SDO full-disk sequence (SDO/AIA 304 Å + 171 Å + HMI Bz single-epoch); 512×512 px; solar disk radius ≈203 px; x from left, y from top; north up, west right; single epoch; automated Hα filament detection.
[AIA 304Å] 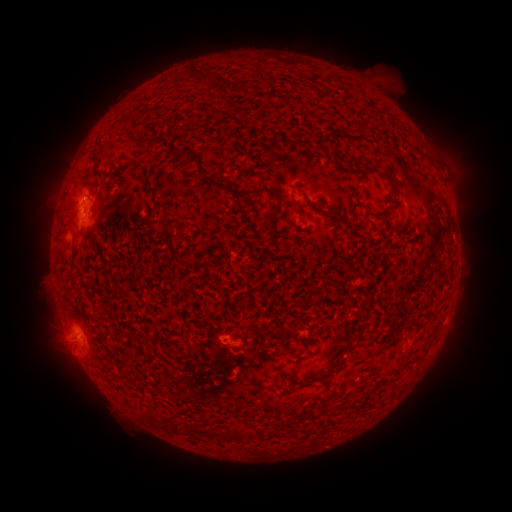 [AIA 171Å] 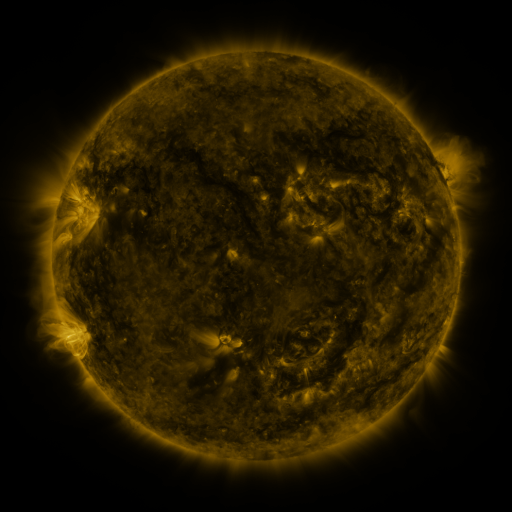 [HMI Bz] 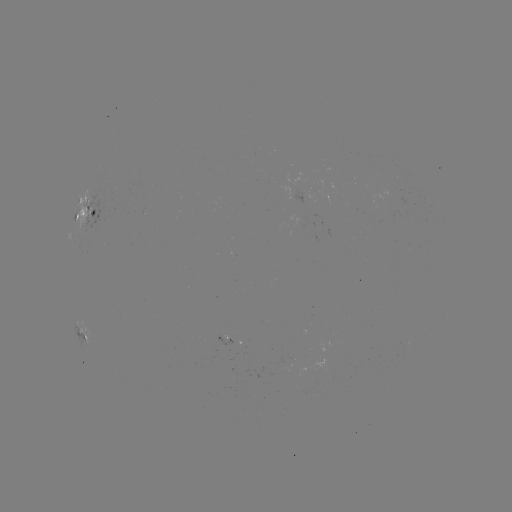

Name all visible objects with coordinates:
filament: <bbox>95, 165, 124, 179</bbox>
filament: <bbox>381, 169, 400, 200</bbox>
filament: <bbox>269, 190, 281, 200</bbox>
filament: <bbox>290, 199, 301, 217</bbox>
filament: <bbox>272, 206, 281, 224</bbox>
filament: <bbox>315, 208, 337, 219</bbox>
filament: <bbox>158, 215, 175, 245</bbox>
filament: <bbox>341, 333, 363, 355</bbox>
filament: <bbox>168, 422, 180, 434</bbox>
filament: <bbox>229, 428, 240, 441</bbox>
